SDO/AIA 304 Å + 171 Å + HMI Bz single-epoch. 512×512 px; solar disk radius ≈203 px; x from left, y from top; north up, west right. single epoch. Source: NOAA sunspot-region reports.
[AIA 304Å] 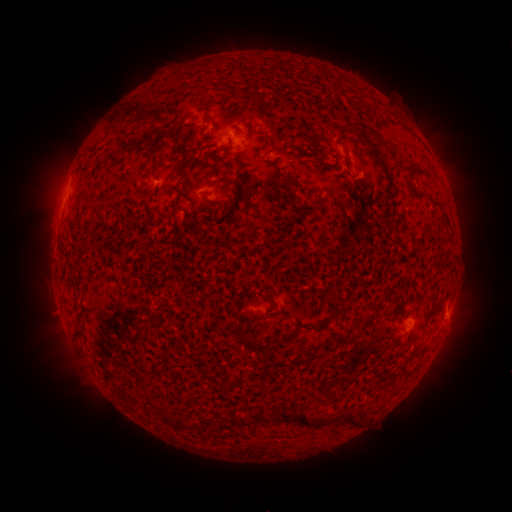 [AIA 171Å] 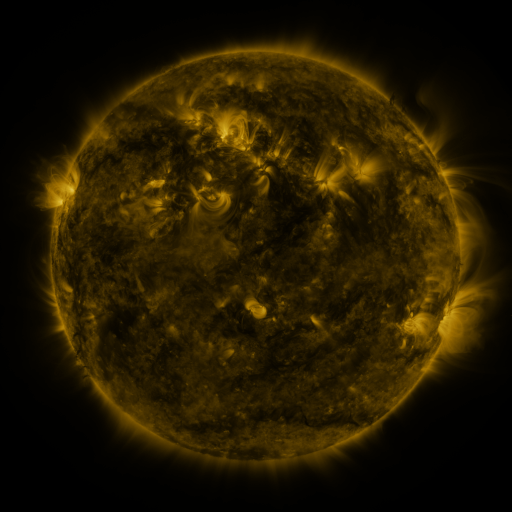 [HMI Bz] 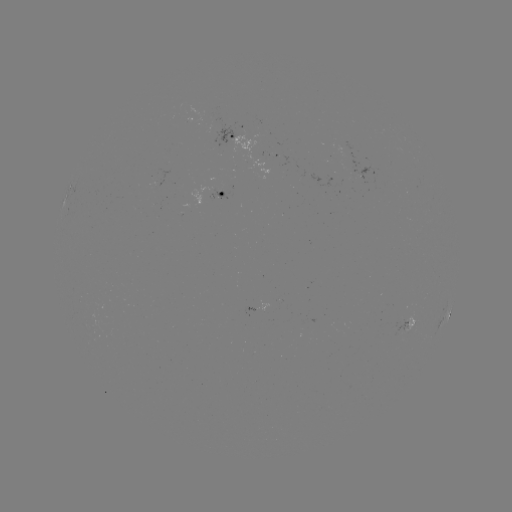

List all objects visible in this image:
spotted active region: (237, 139)
spotted active region: (221, 193)
spotted active region: (449, 312)
spotted active region: (409, 322)
